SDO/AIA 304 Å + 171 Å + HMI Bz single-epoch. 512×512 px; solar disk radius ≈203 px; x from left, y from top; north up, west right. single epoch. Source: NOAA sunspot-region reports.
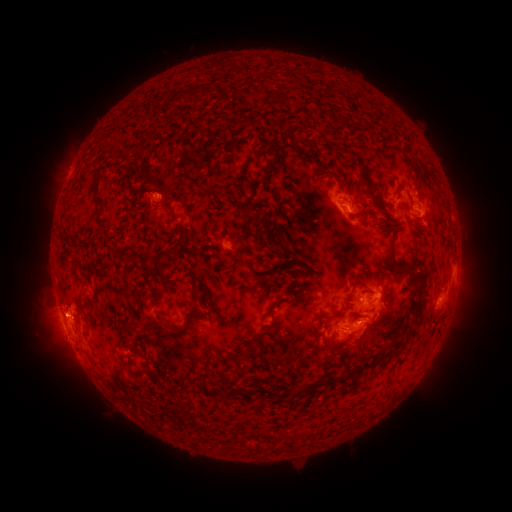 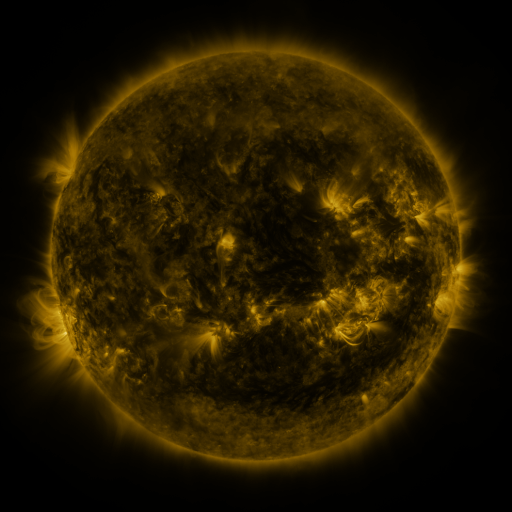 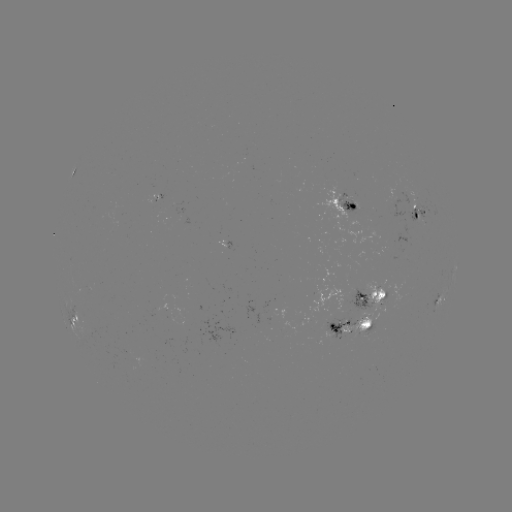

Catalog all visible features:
spotted active region: (348, 204)
spotted active region: (420, 211)
spotted active region: (455, 270)
spotted active region: (443, 298)
spotted active region: (373, 299)
spotted active region: (73, 319)
spotted active region: (351, 327)
